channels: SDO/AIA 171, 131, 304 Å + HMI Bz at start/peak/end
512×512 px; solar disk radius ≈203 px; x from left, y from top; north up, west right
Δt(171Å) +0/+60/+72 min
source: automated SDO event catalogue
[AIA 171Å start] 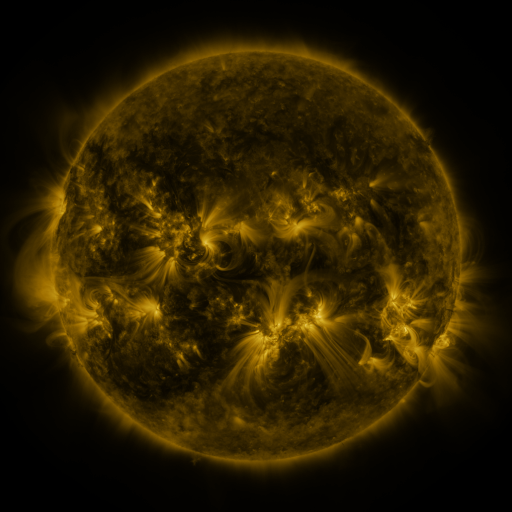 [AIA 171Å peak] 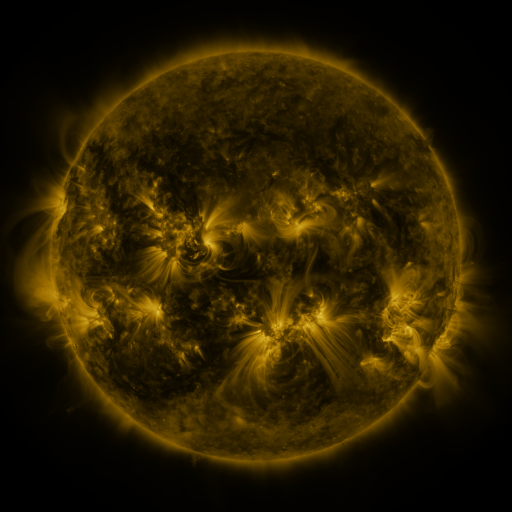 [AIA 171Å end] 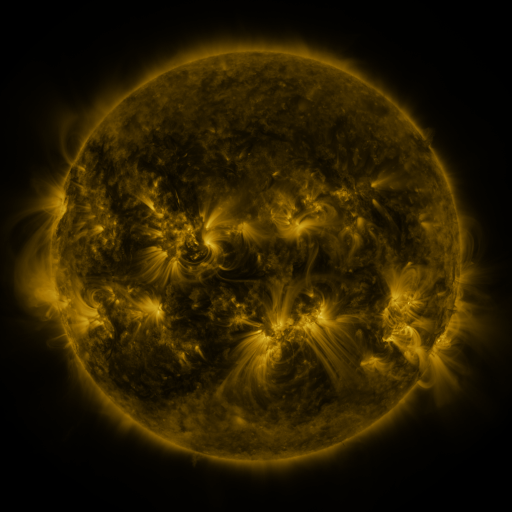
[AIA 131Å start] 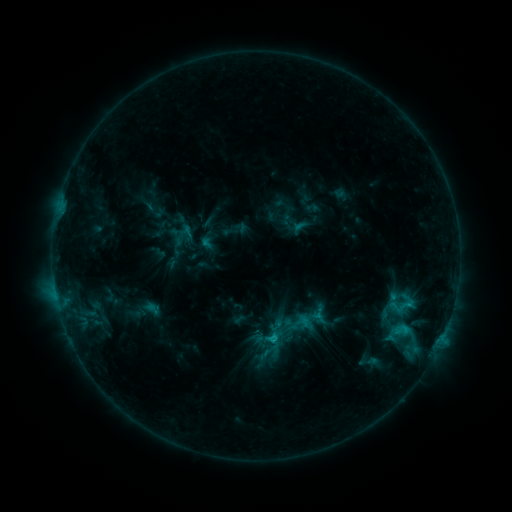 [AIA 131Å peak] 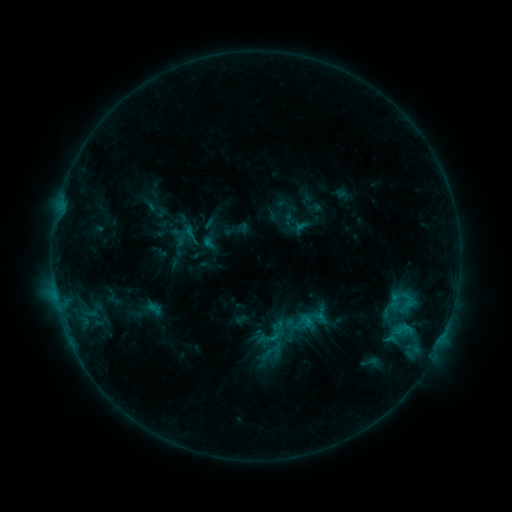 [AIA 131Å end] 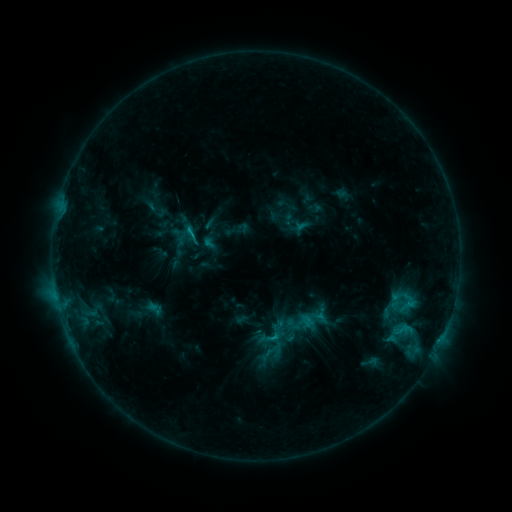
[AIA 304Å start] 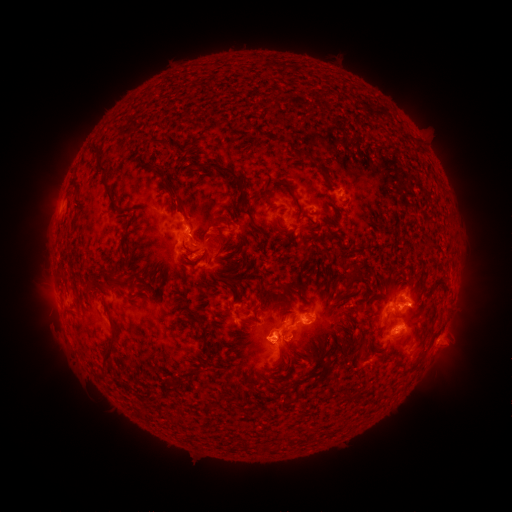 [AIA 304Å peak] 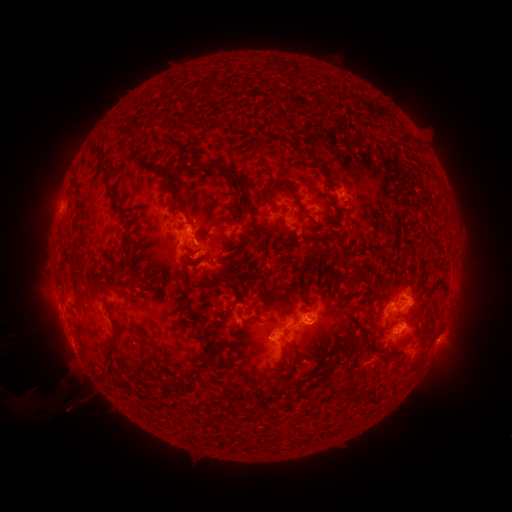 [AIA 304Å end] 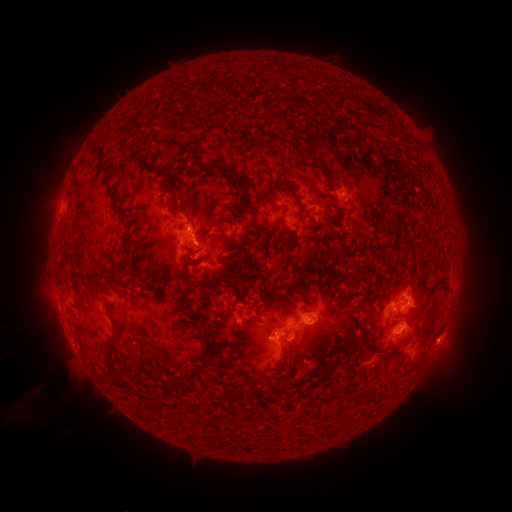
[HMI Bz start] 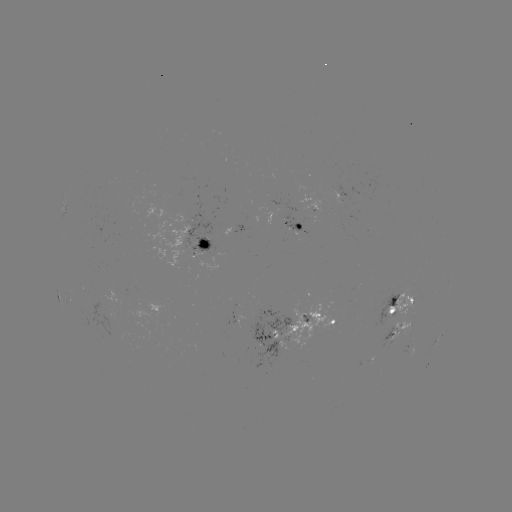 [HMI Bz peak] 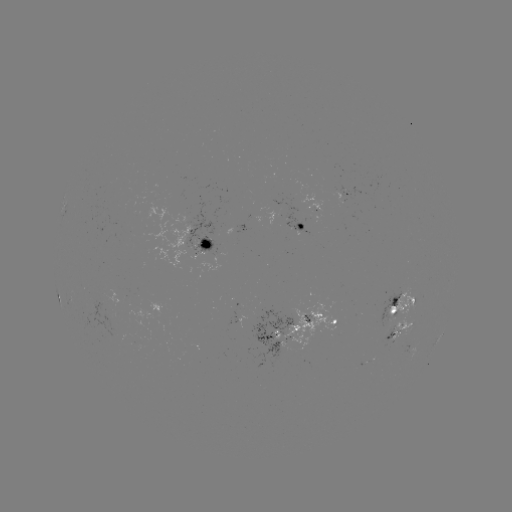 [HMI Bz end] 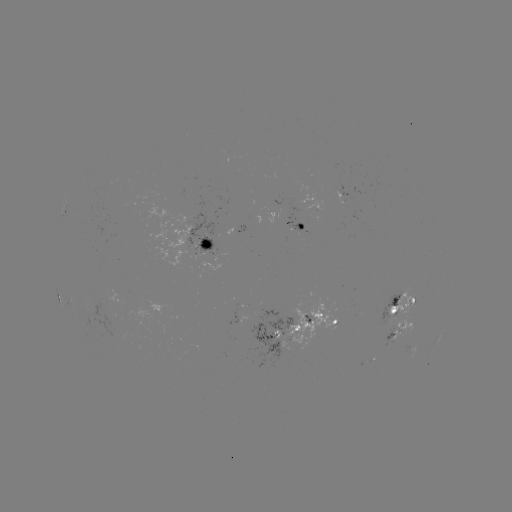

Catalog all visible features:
emerging-flux region: (398, 312)
